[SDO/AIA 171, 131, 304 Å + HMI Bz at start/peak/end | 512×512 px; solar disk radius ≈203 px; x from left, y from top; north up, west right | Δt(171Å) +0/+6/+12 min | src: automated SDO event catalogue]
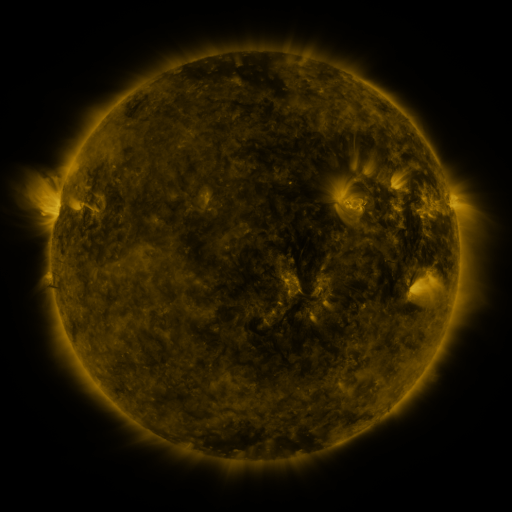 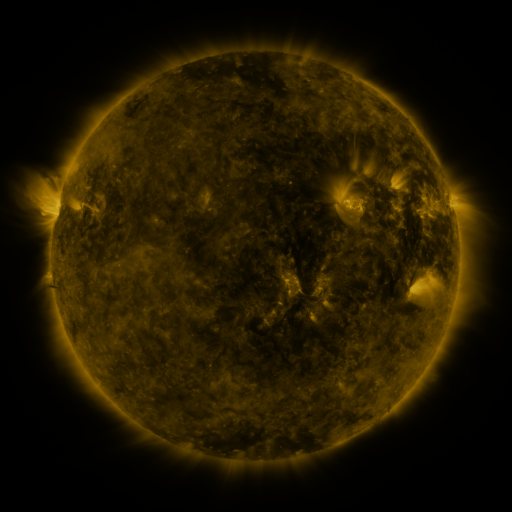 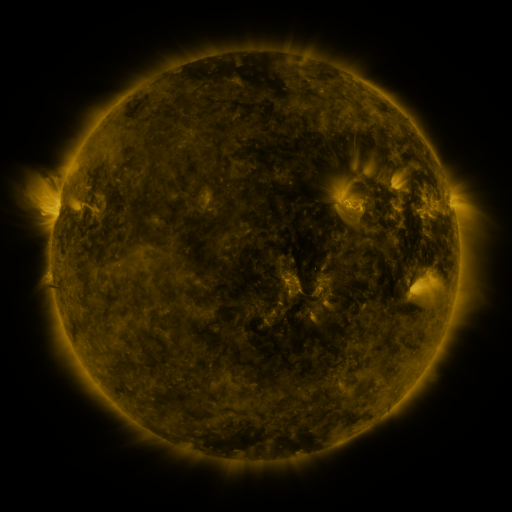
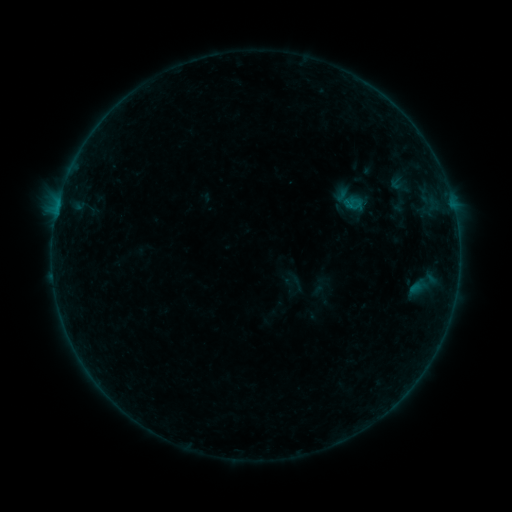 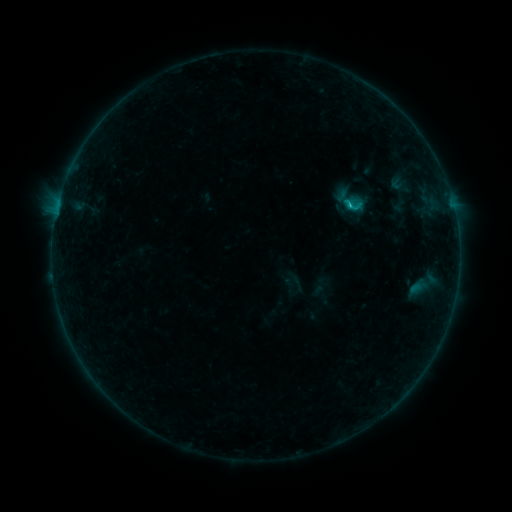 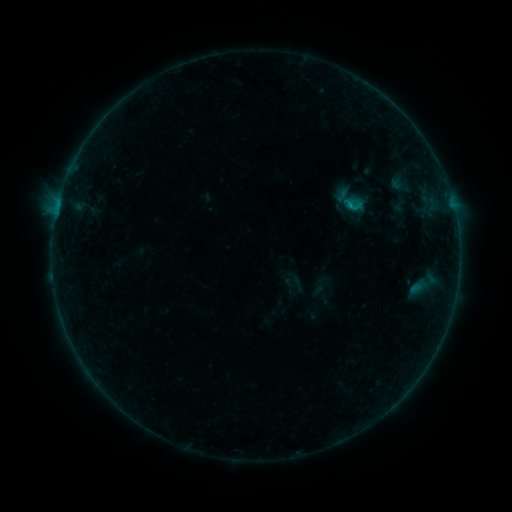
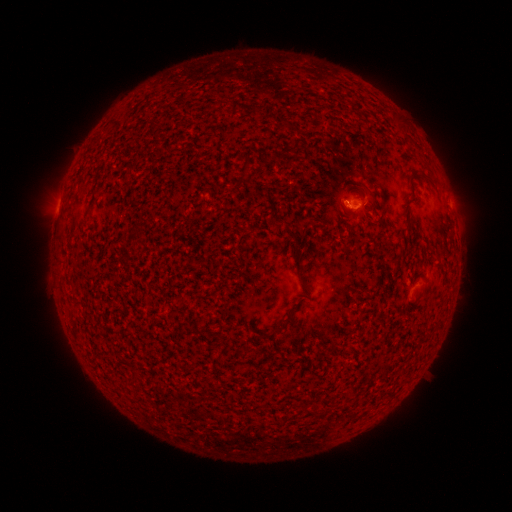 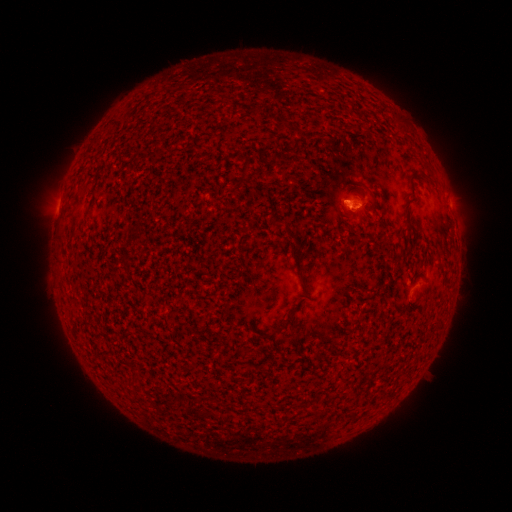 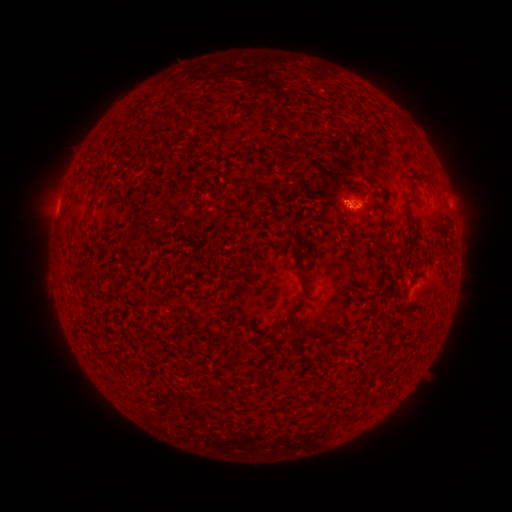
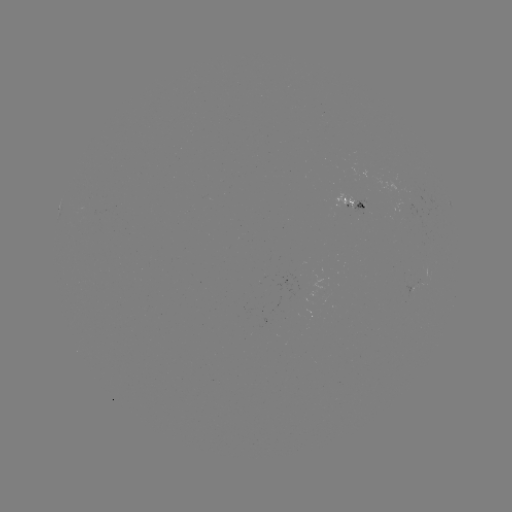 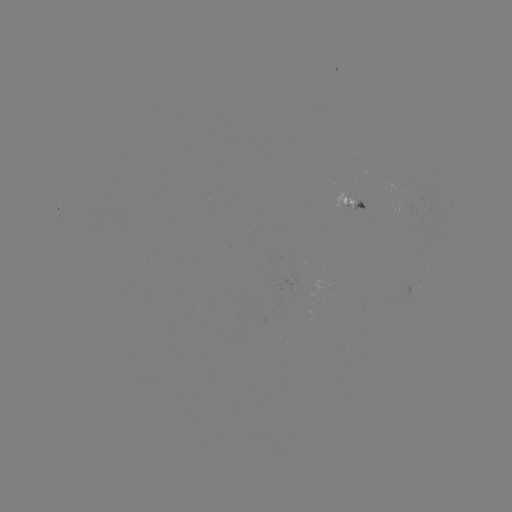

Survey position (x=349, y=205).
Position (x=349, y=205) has B5.0 flare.